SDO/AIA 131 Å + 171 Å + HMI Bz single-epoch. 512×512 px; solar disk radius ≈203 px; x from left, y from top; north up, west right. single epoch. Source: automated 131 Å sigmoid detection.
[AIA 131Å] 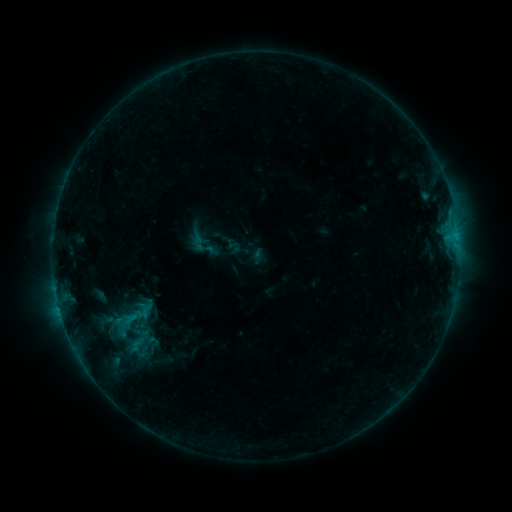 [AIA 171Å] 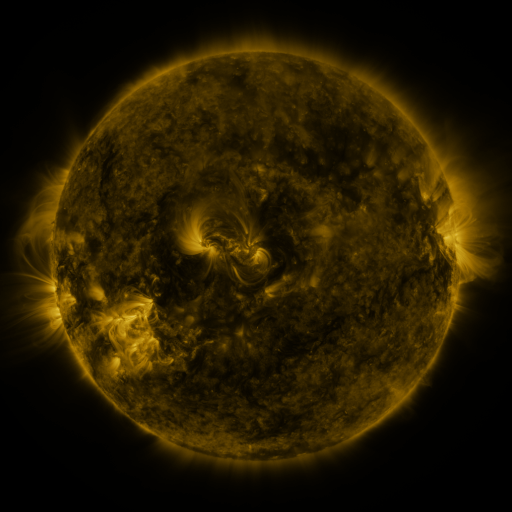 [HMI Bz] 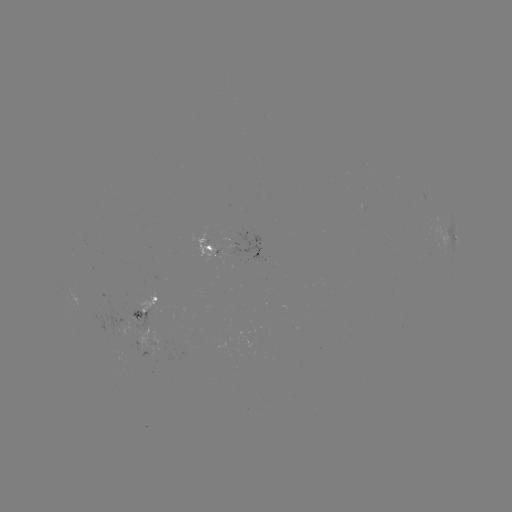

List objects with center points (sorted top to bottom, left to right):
sigmoid: [192, 233, 220, 263]
